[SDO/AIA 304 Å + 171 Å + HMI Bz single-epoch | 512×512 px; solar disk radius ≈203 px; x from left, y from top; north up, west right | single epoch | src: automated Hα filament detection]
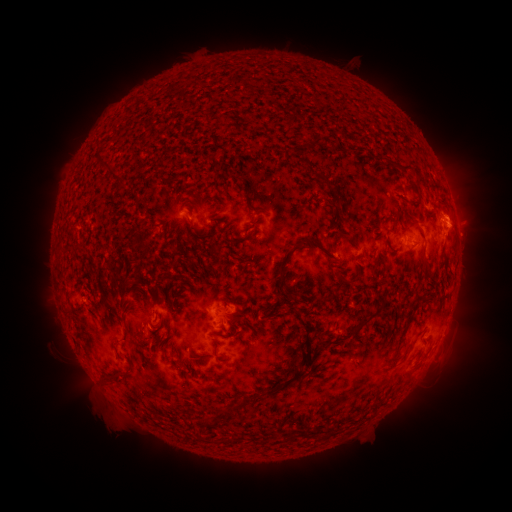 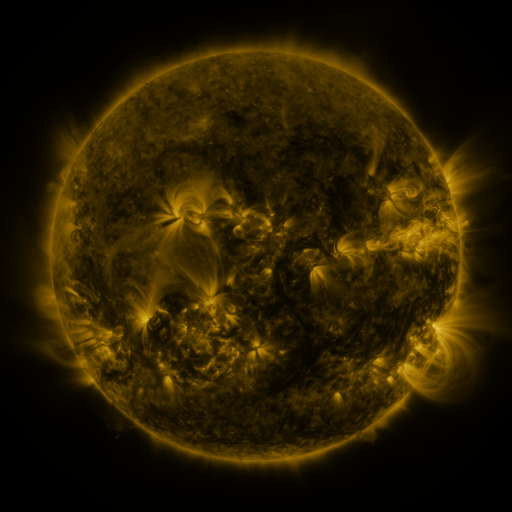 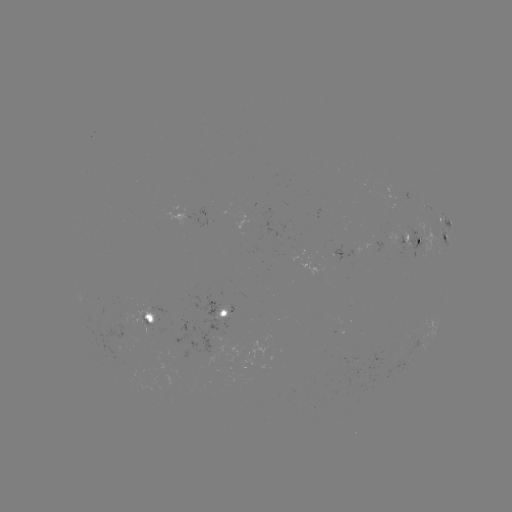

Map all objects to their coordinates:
filament: [284, 114, 294, 126]
filament: [308, 135, 322, 148]
filament: [396, 162, 410, 170]
filament: [100, 163, 125, 191]
filament: [313, 171, 330, 187]
filament: [407, 179, 421, 200]
filament: [242, 186, 250, 197]
filament: [187, 219, 201, 236]
filament: [342, 232, 352, 241]
filament: [277, 234, 337, 297]
filament: [213, 243, 222, 254]
filament: [420, 255, 431, 271]
filament: [335, 271, 345, 282]
filament: [155, 297, 166, 305]
filament: [119, 298, 125, 310]
filament: [354, 306, 382, 331]
filament: [227, 318, 238, 328]
filament: [200, 416, 219, 435]
